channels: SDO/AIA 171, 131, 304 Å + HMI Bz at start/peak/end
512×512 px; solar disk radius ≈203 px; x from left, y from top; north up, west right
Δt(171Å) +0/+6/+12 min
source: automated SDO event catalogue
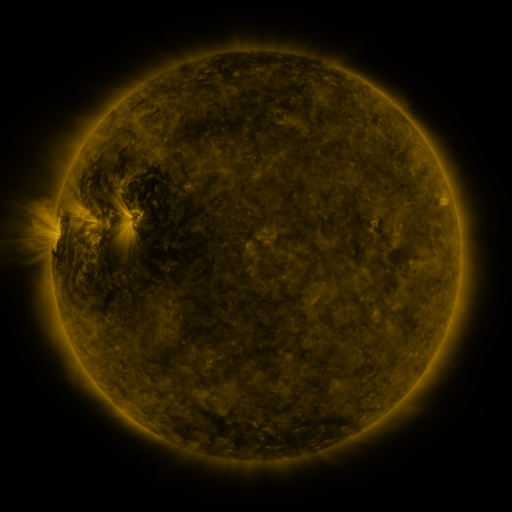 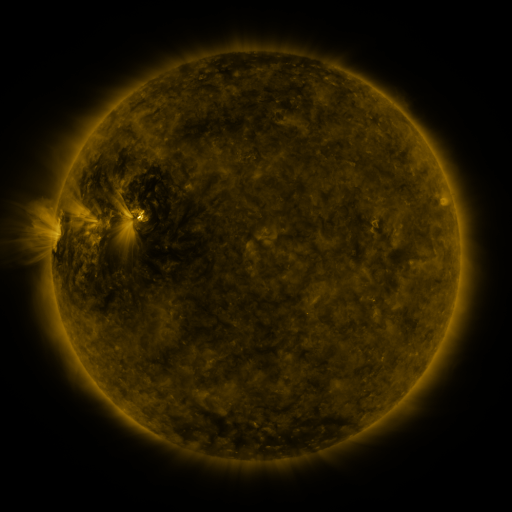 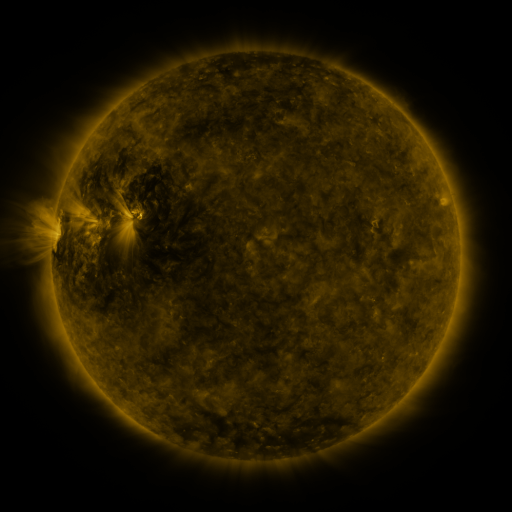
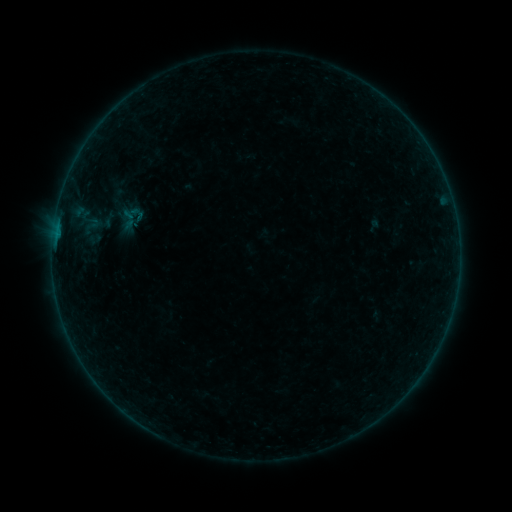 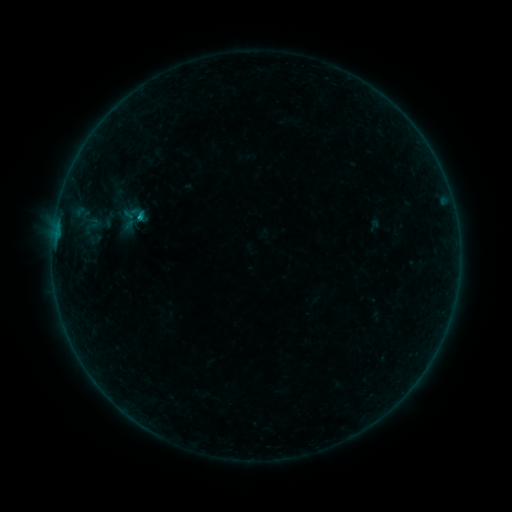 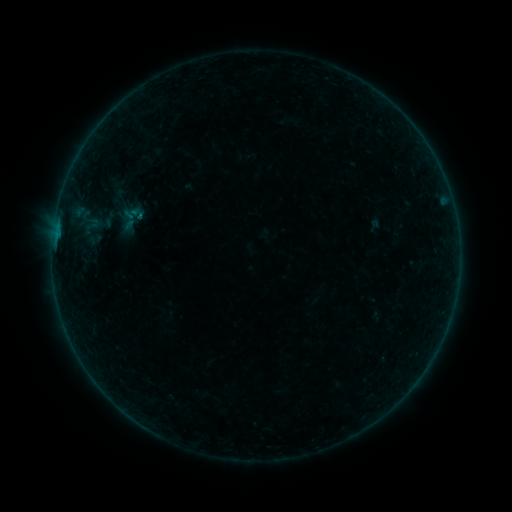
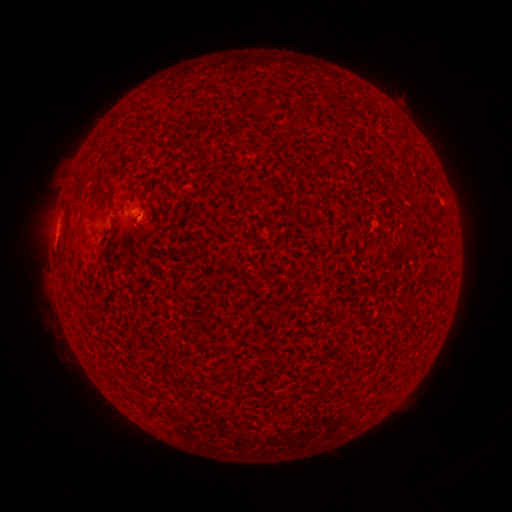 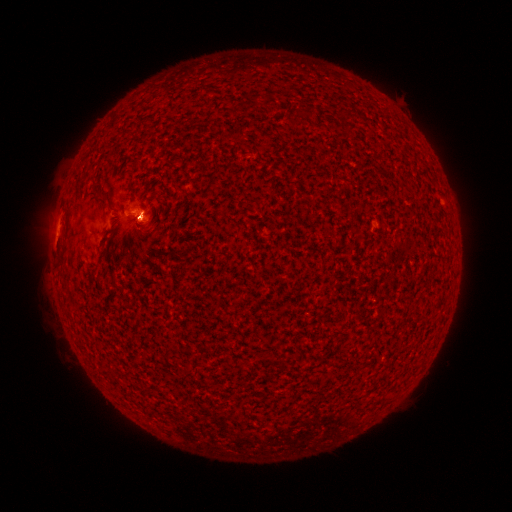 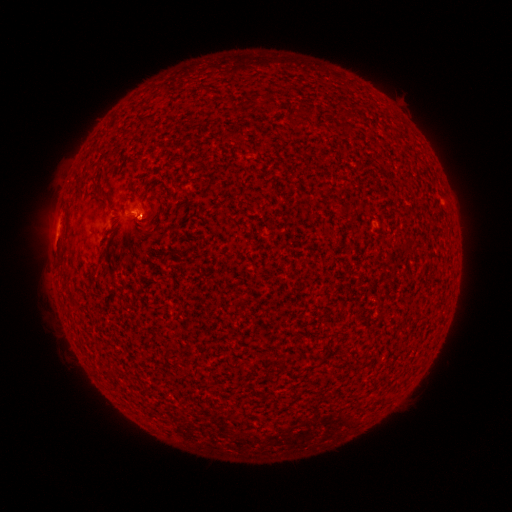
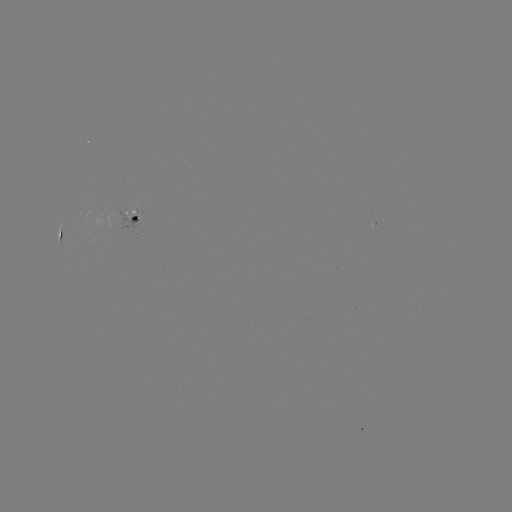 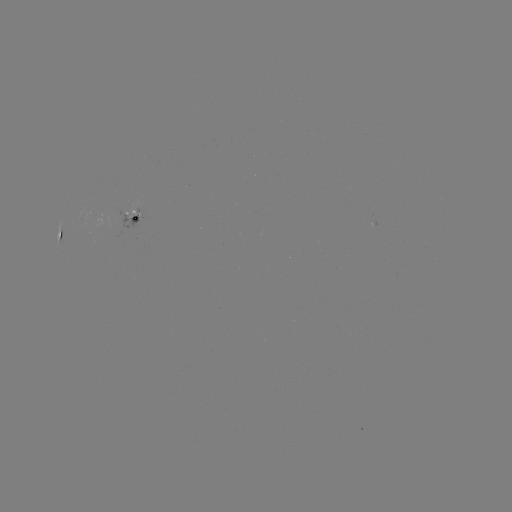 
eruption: <bbox>113, 190, 169, 259</bbox>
